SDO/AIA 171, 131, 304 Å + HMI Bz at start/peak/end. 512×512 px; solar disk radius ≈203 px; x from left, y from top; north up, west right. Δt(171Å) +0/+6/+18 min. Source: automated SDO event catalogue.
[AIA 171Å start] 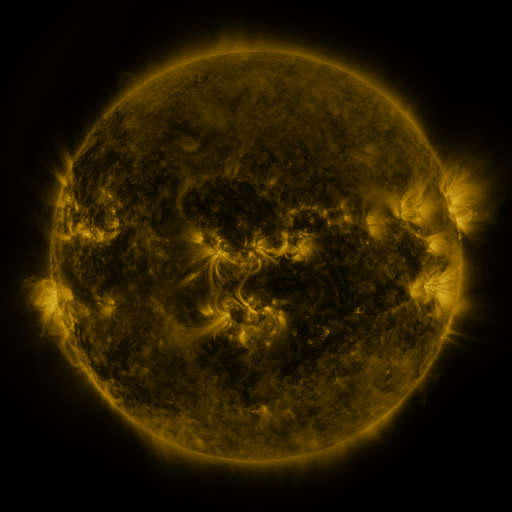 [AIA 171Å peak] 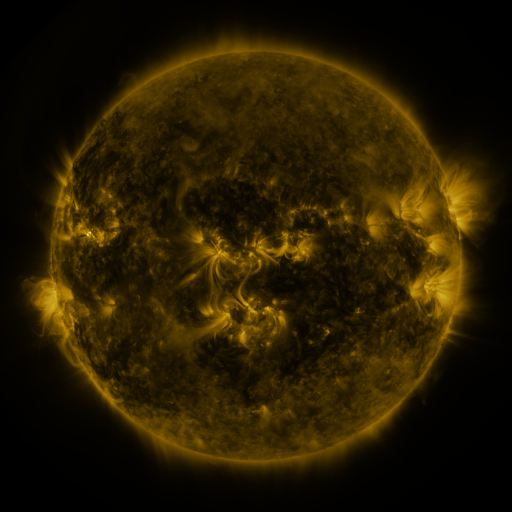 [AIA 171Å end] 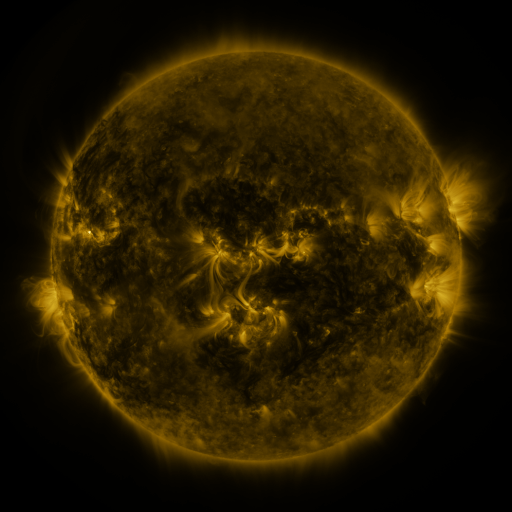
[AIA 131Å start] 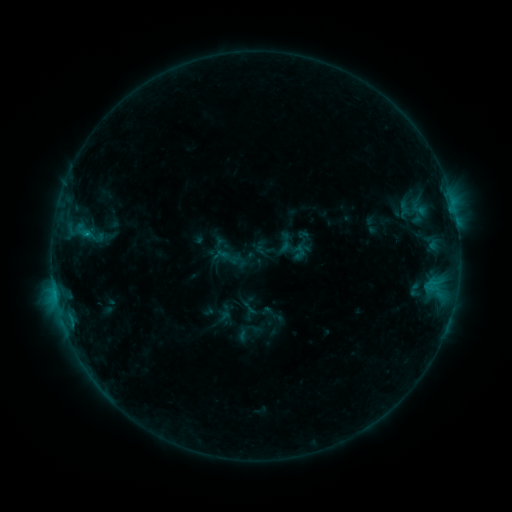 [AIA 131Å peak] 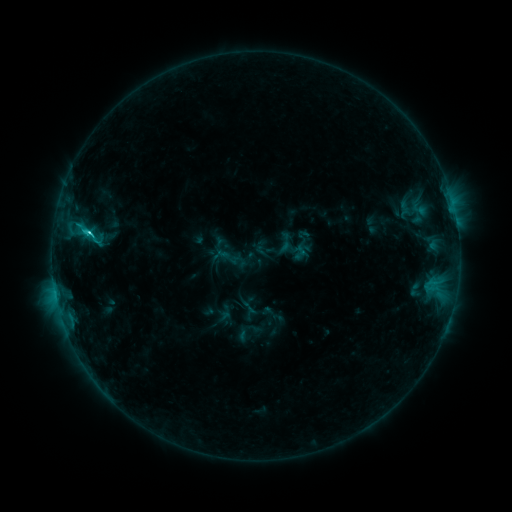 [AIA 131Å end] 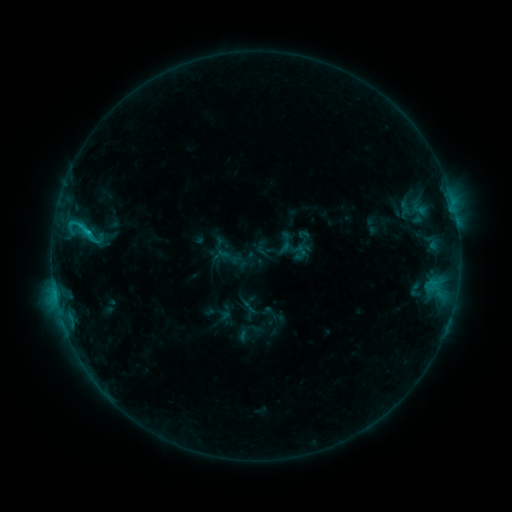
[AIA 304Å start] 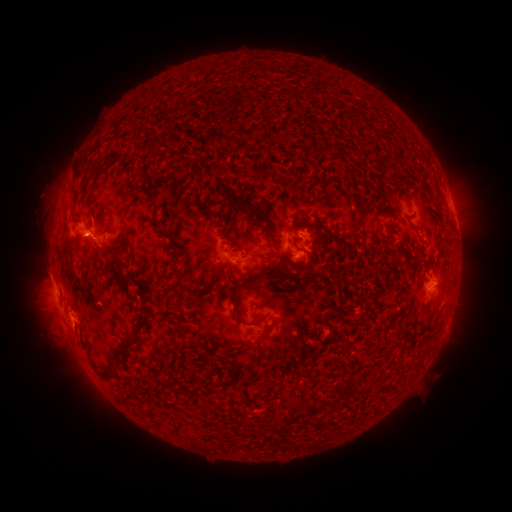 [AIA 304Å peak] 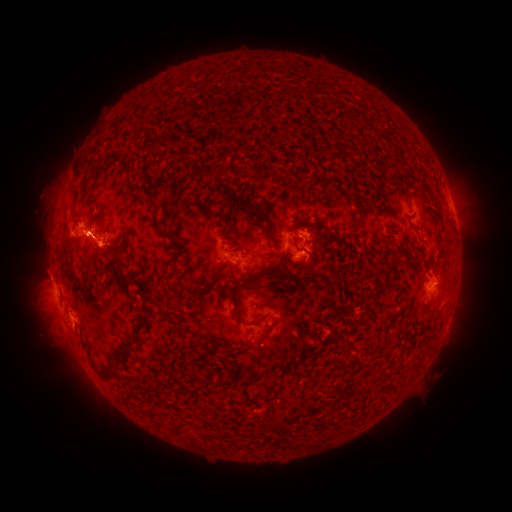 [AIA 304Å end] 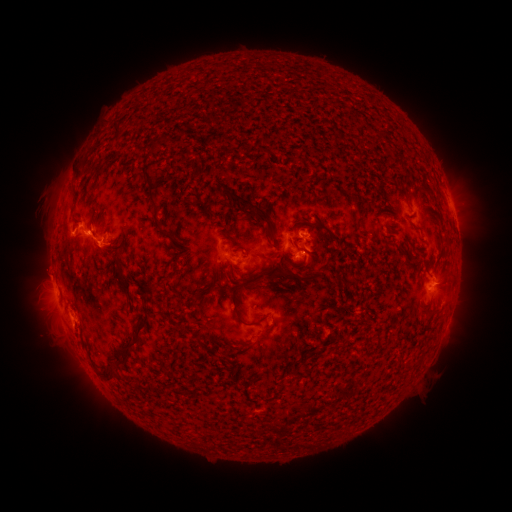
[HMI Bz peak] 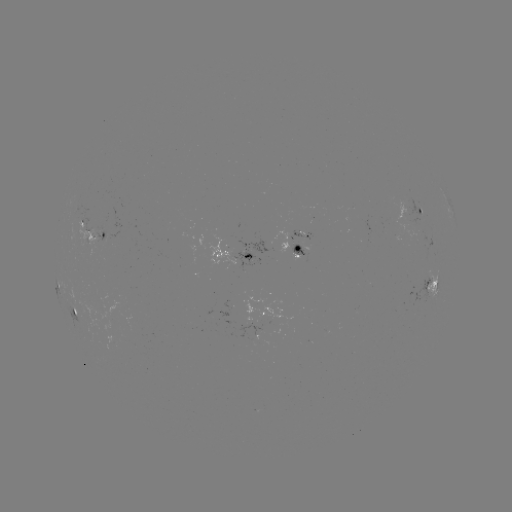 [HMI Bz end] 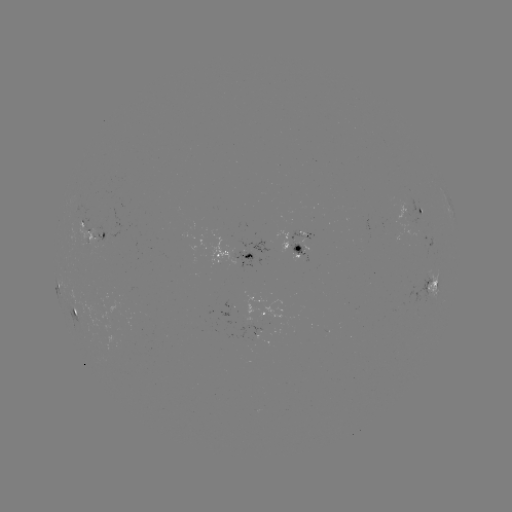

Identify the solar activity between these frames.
C2.2 flare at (89, 234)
